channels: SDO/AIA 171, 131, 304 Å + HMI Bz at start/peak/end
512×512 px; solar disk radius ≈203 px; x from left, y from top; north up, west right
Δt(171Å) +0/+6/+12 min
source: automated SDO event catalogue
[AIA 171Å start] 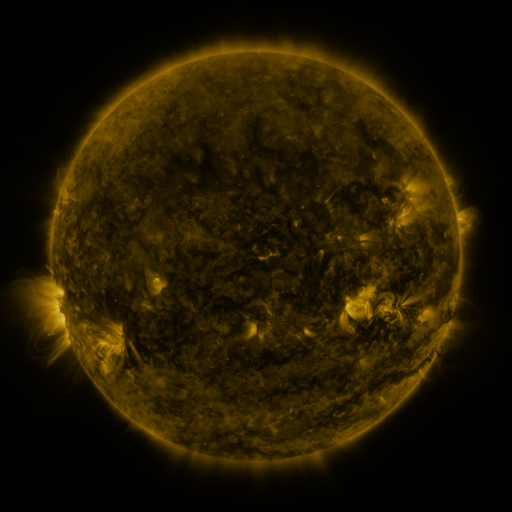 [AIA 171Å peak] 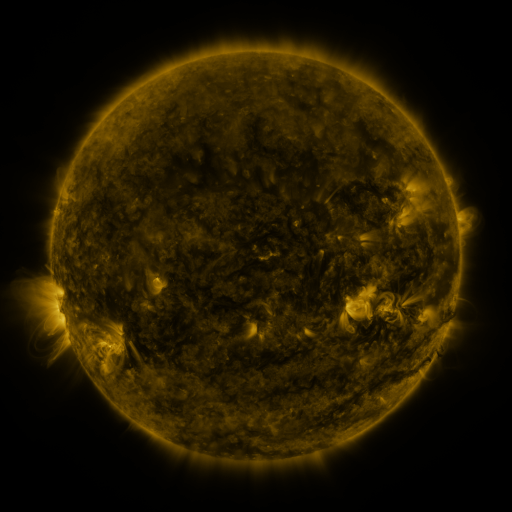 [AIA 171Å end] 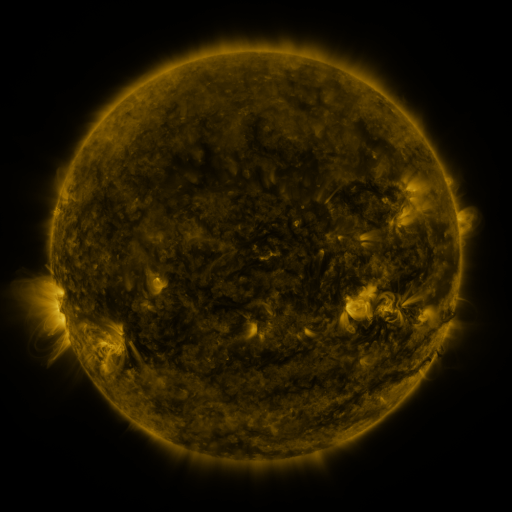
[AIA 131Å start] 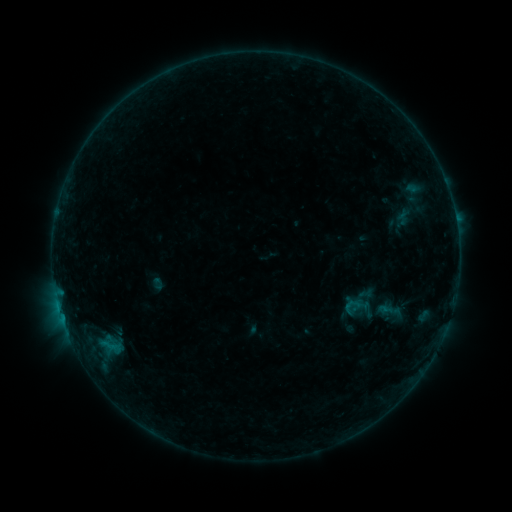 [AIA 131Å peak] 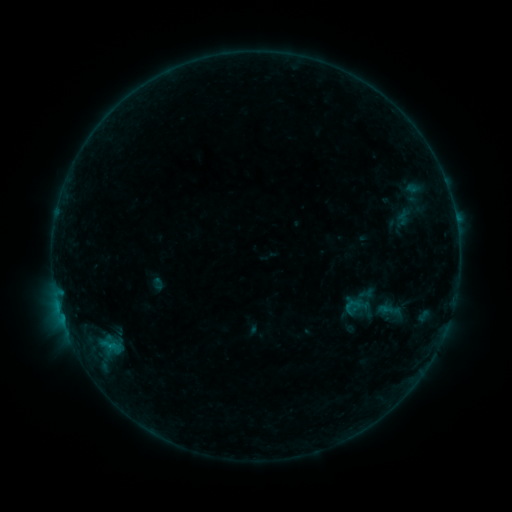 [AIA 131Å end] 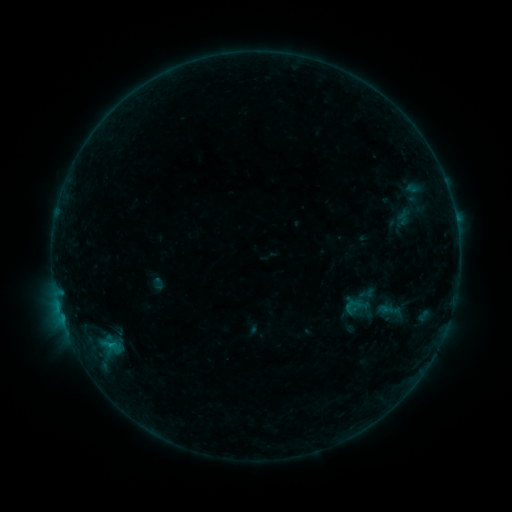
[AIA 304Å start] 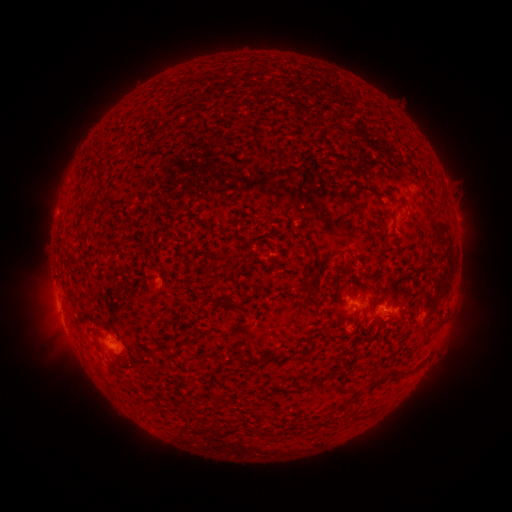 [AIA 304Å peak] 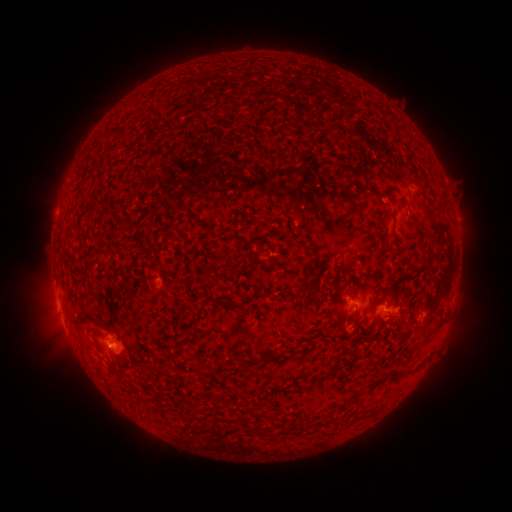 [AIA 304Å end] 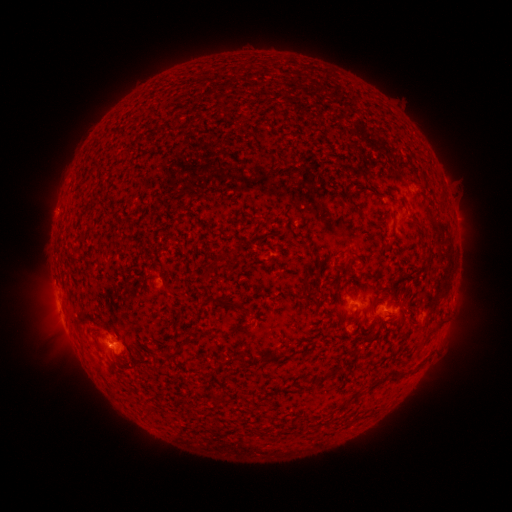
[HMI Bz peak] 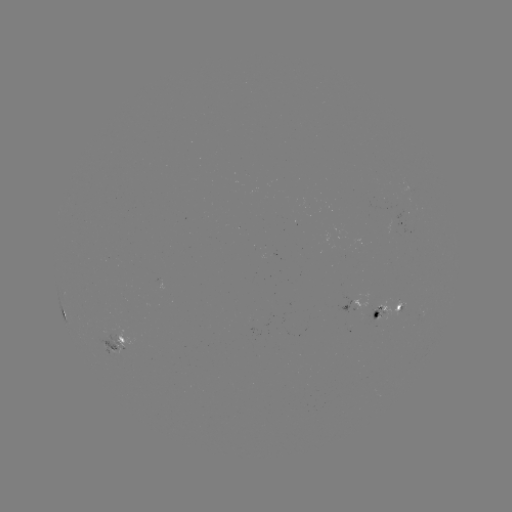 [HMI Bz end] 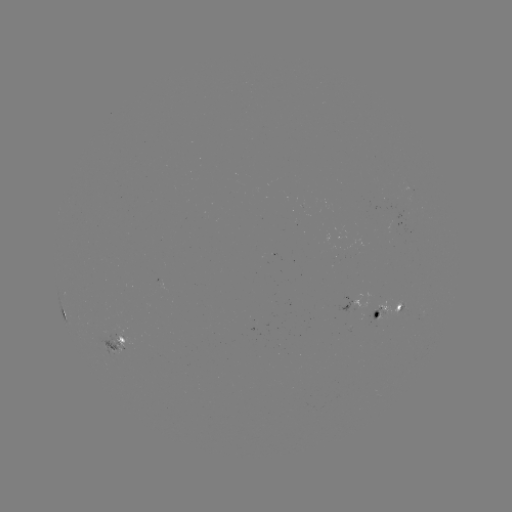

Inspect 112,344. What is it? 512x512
B4.5 flare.